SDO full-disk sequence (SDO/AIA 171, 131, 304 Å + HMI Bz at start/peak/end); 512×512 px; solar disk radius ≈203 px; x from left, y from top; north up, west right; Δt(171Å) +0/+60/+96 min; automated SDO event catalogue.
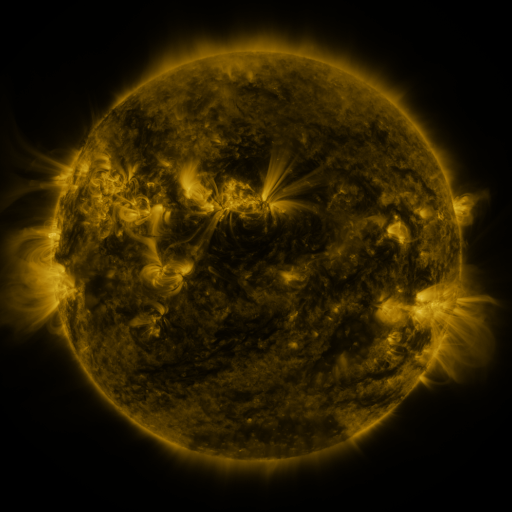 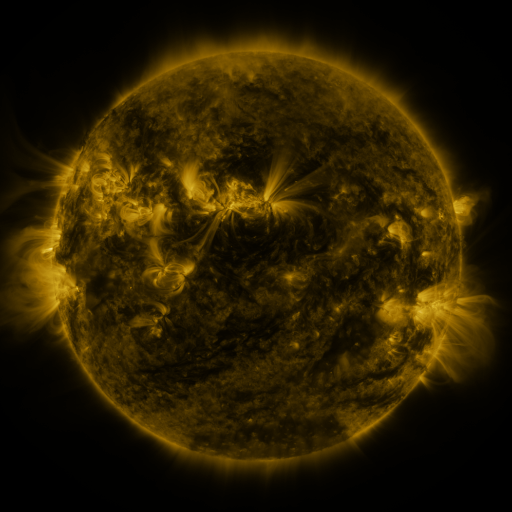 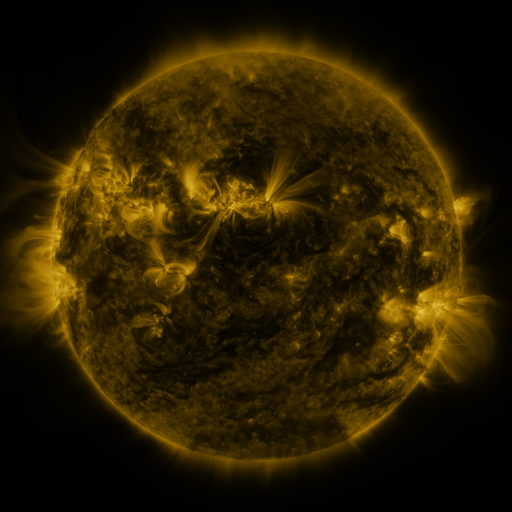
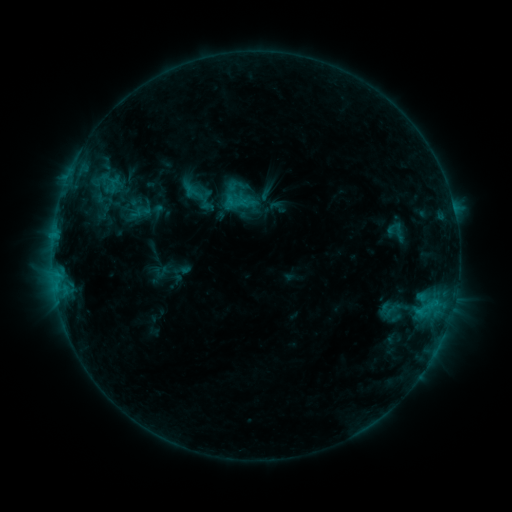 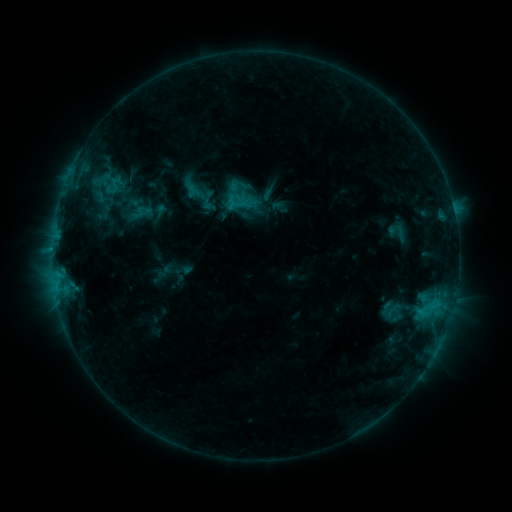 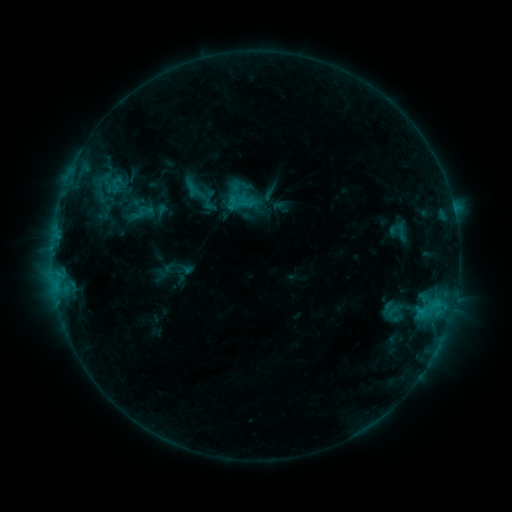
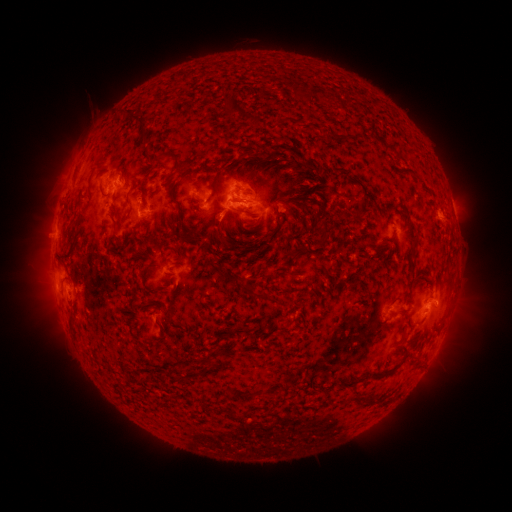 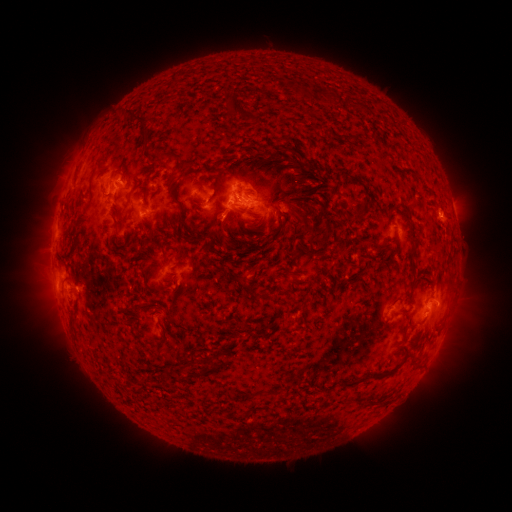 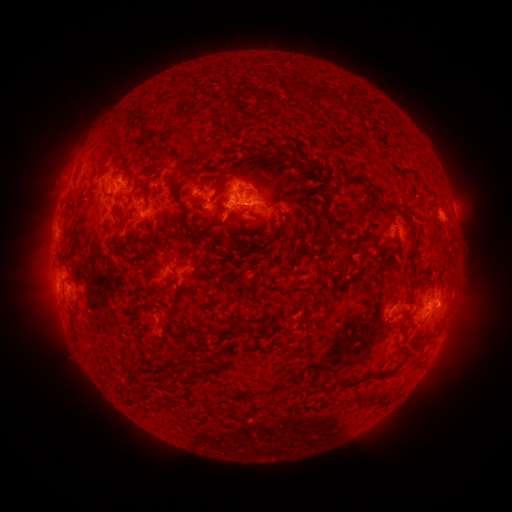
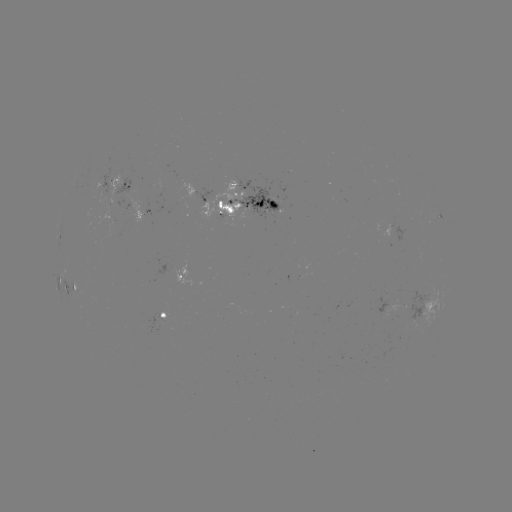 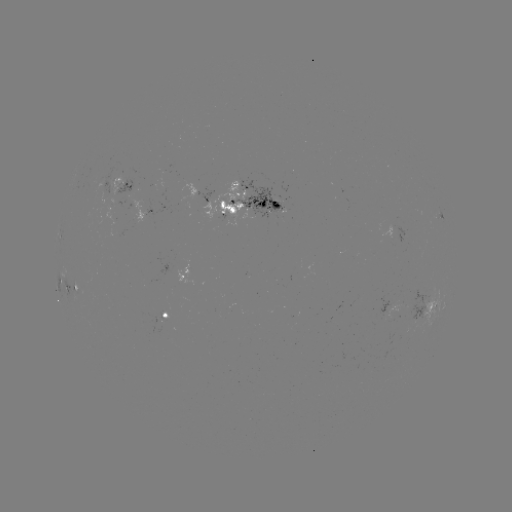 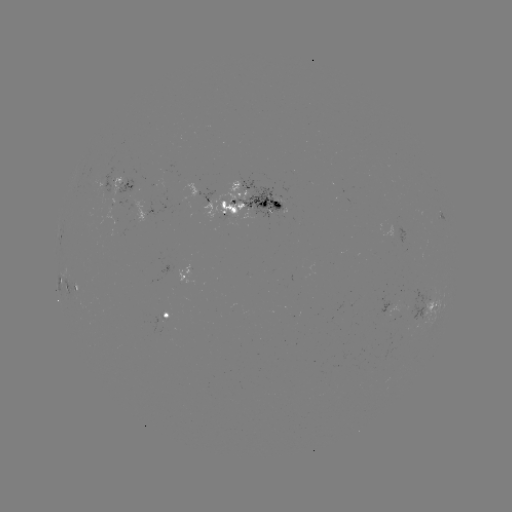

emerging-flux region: <bbox>235, 176, 284, 221</bbox>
